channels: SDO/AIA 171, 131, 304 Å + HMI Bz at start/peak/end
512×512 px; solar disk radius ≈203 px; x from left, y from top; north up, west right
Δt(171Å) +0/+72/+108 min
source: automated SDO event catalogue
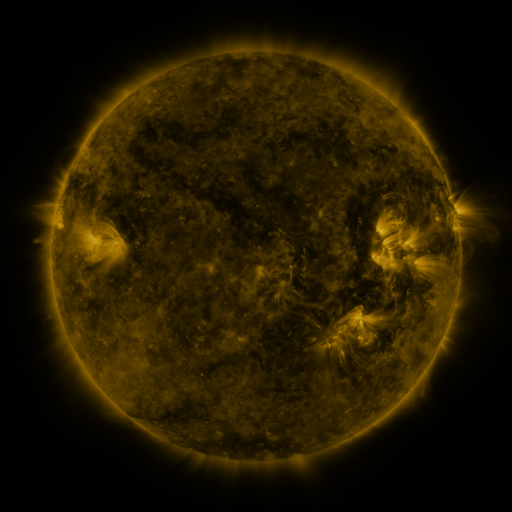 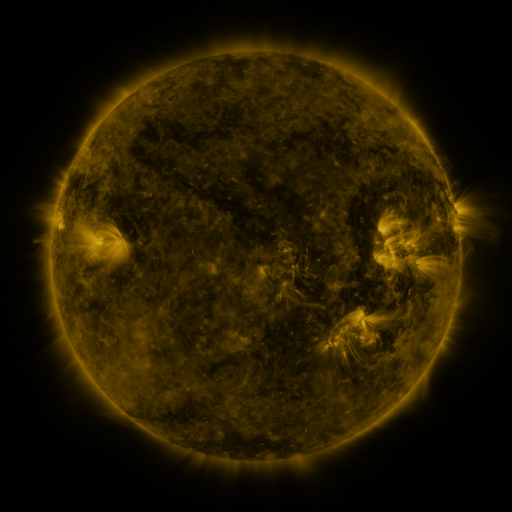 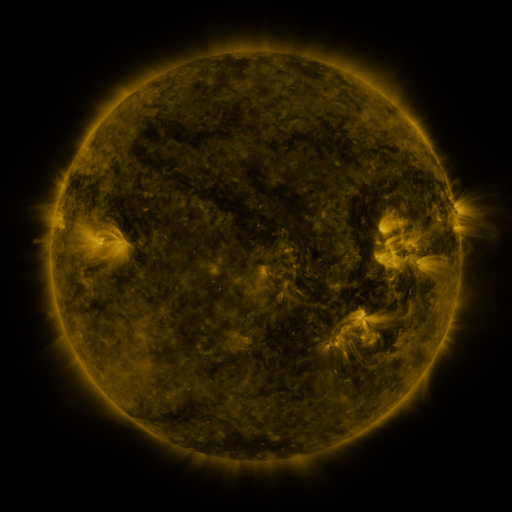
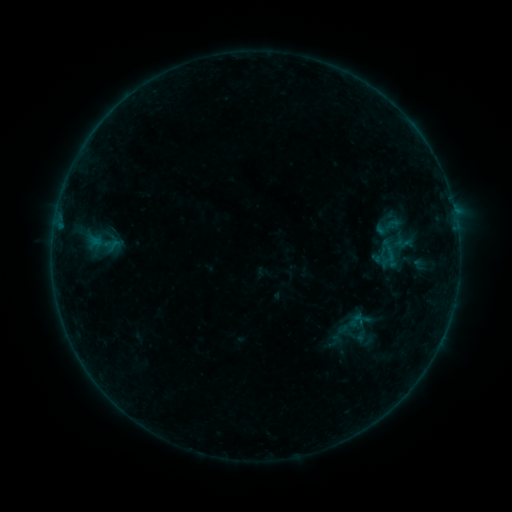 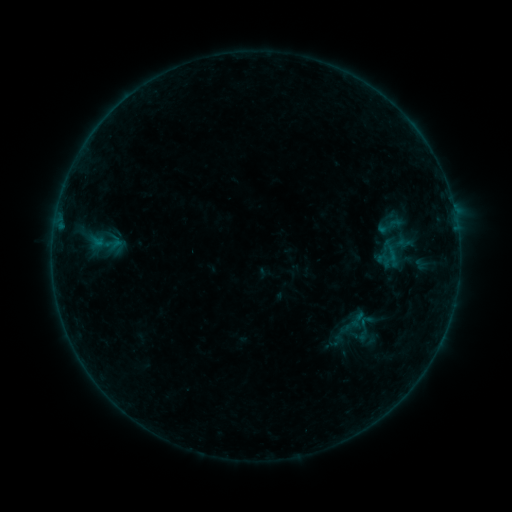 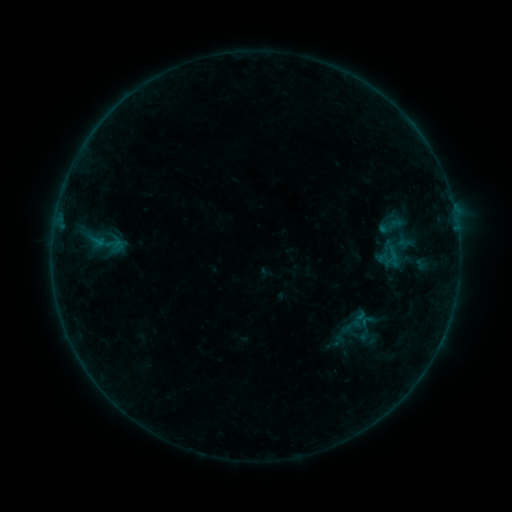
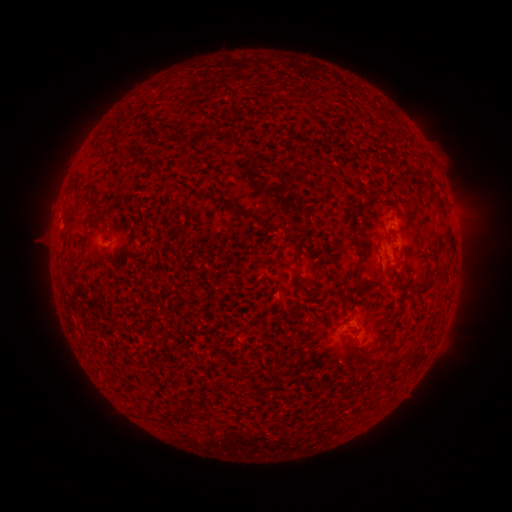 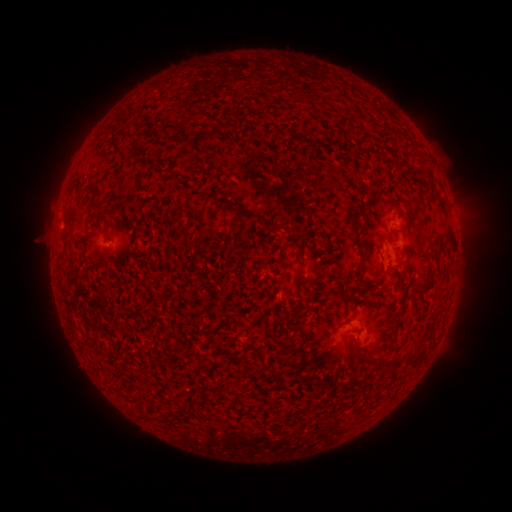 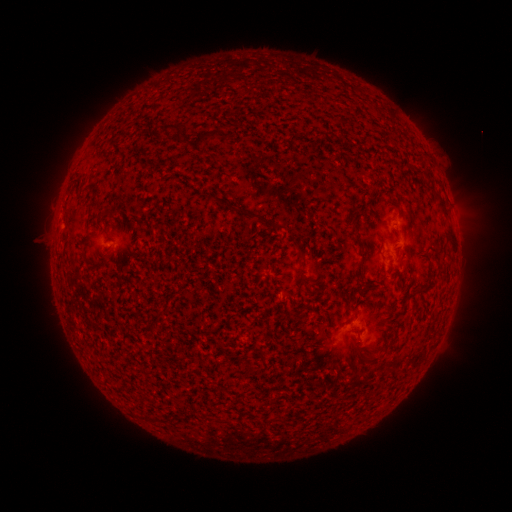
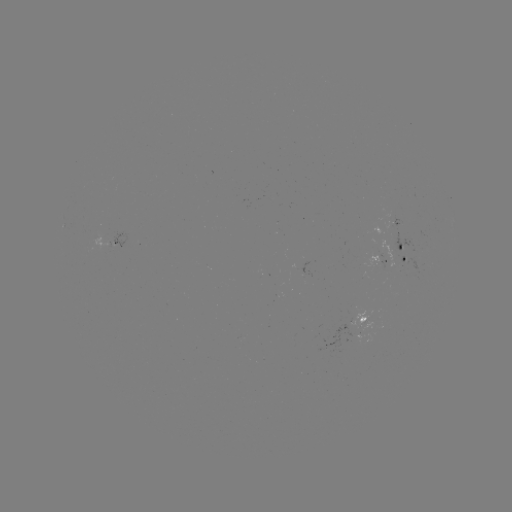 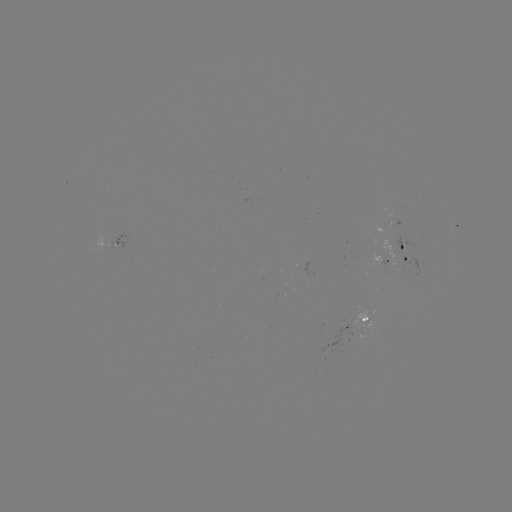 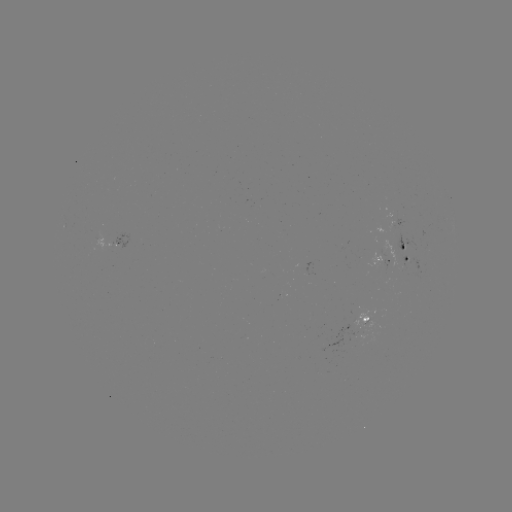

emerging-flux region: <bbox>319, 324, 354, 353</bbox>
